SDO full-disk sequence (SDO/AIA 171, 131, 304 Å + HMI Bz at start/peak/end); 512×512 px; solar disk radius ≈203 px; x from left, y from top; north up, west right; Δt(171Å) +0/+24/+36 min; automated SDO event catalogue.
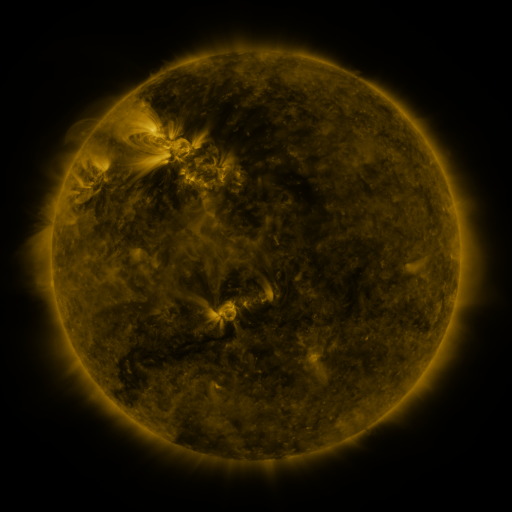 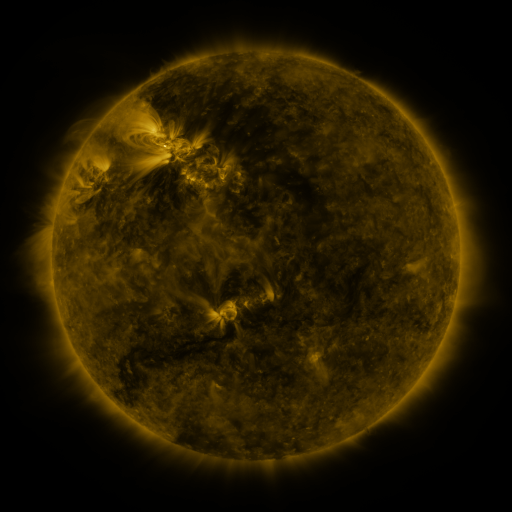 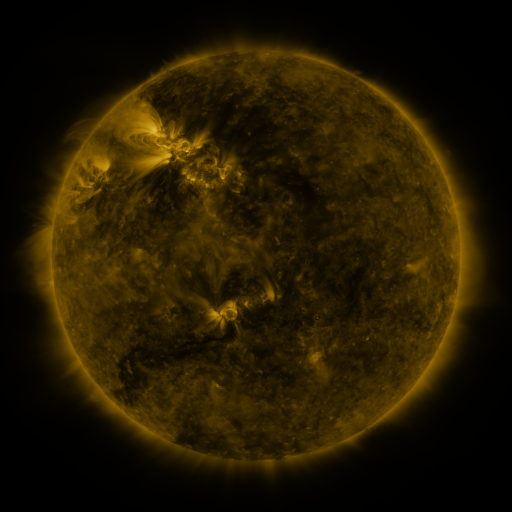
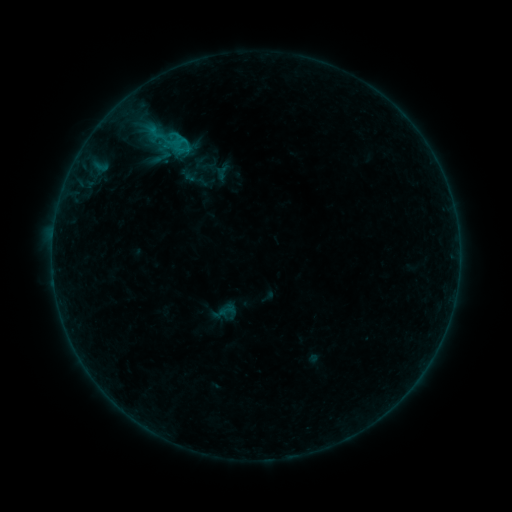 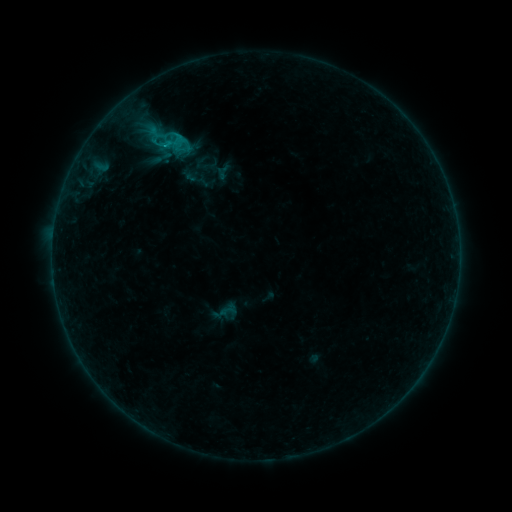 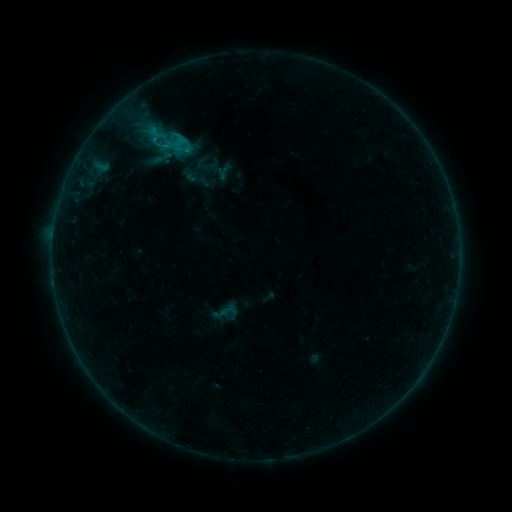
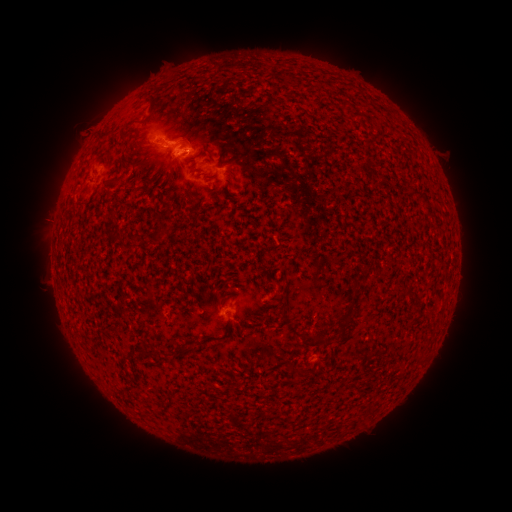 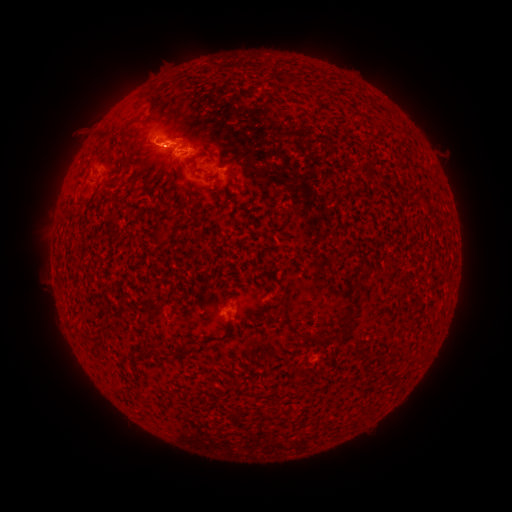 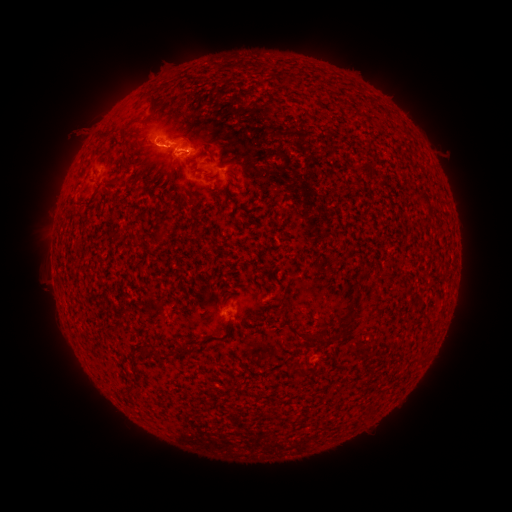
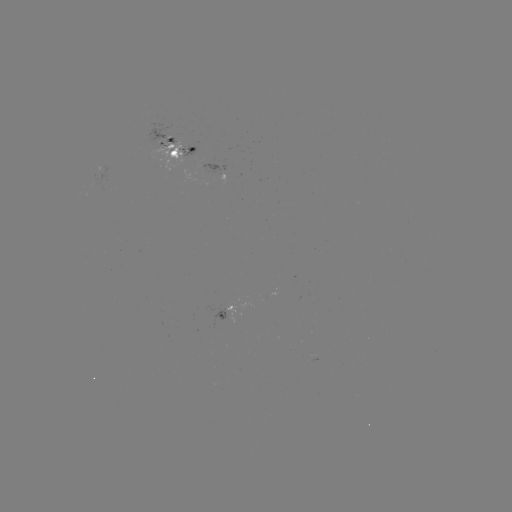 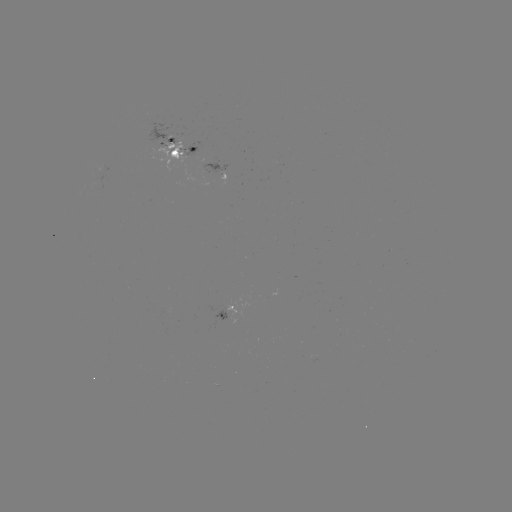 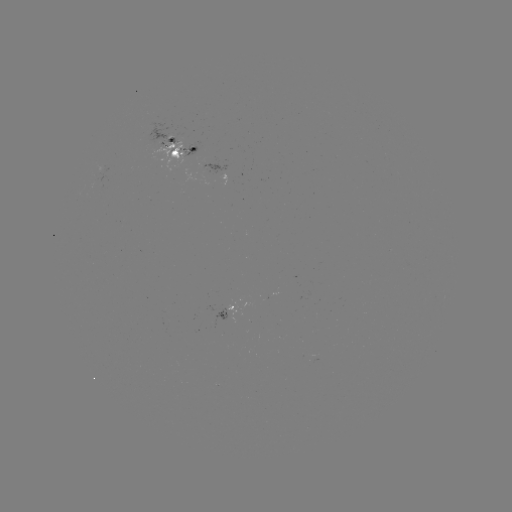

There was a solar flare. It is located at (169, 147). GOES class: C1.0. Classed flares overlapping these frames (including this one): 1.